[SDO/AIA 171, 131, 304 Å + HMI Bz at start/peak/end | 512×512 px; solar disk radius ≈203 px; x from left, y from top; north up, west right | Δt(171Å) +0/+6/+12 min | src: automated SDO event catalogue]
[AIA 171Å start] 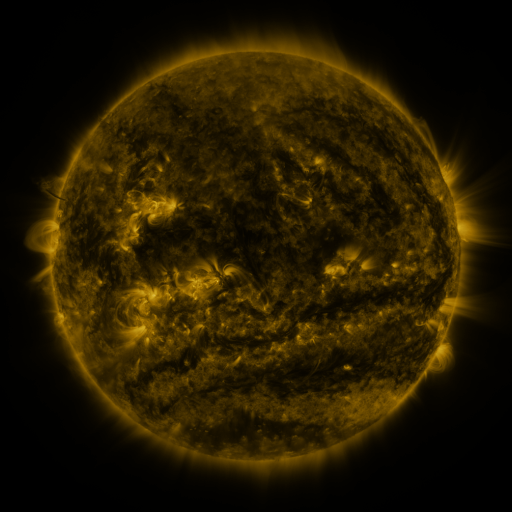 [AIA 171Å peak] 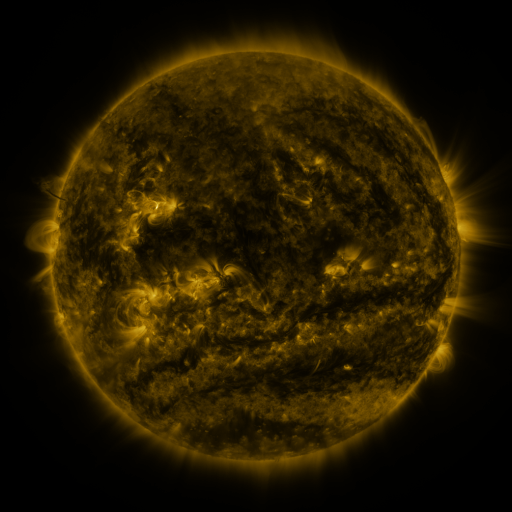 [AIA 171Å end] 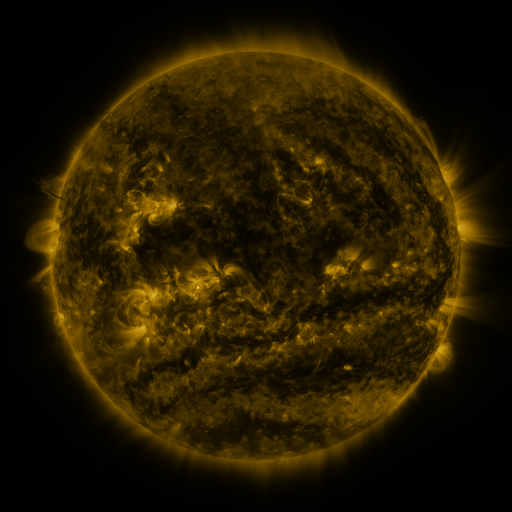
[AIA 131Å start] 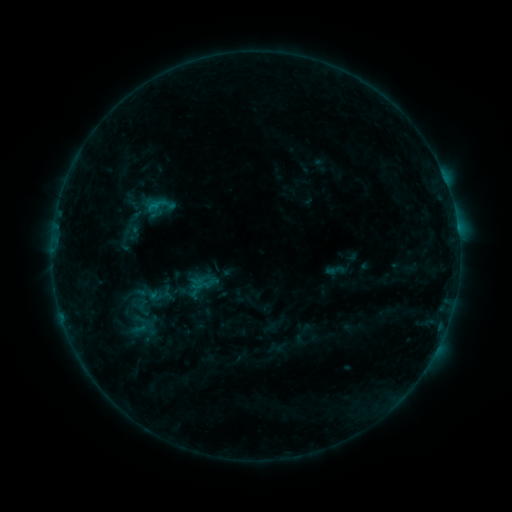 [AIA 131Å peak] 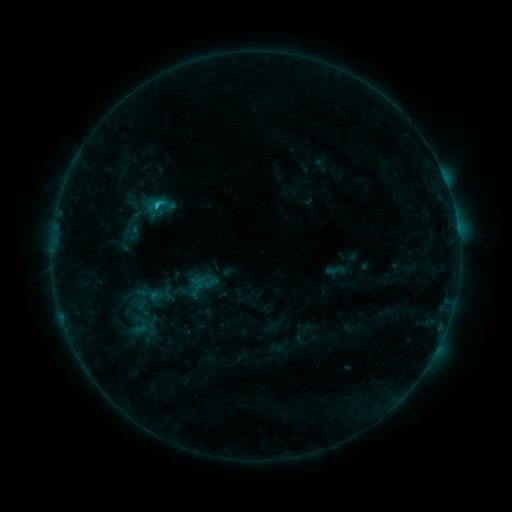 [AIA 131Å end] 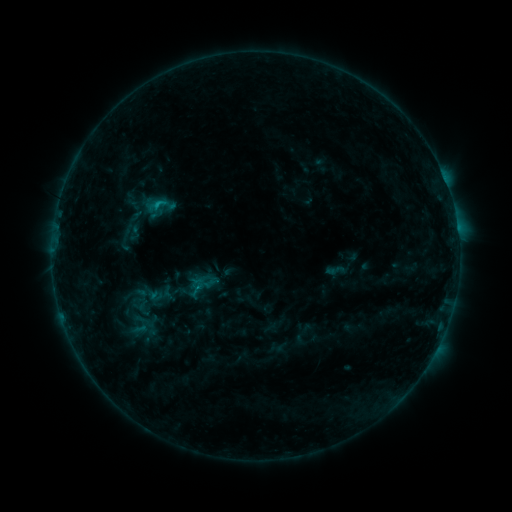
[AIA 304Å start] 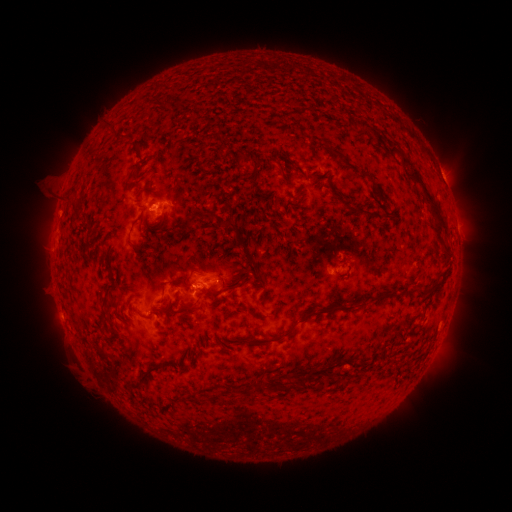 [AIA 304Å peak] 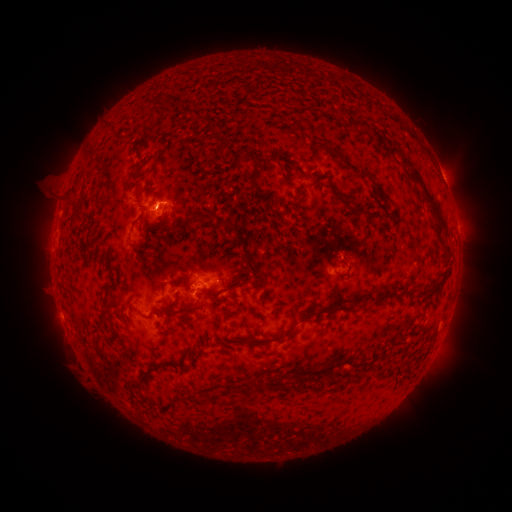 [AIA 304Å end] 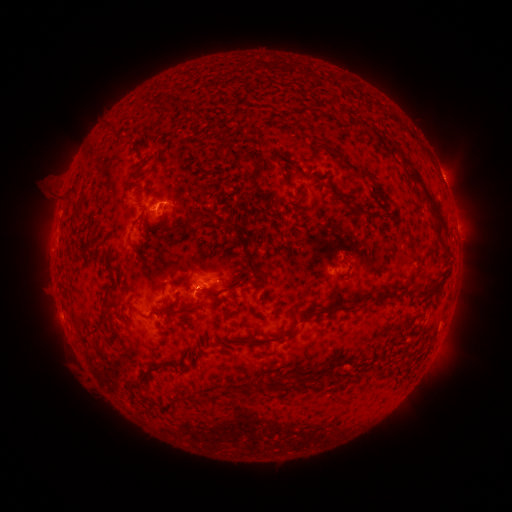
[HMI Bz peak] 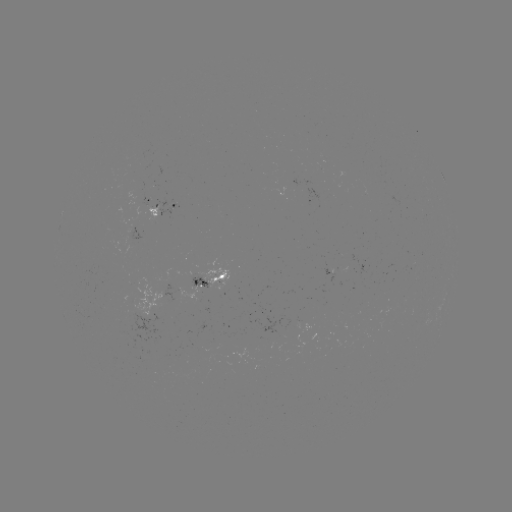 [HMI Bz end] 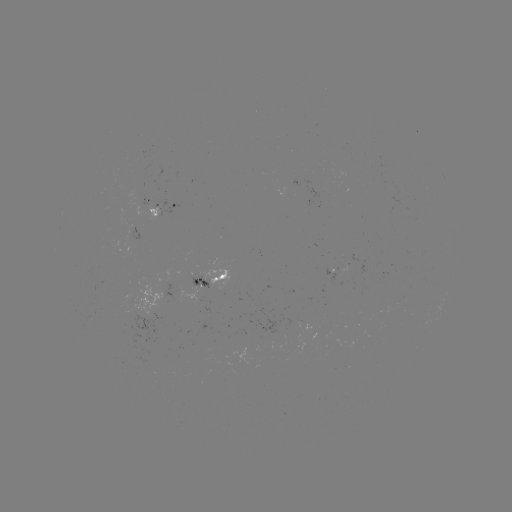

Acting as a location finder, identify B8.2 flare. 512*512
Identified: [158, 205].